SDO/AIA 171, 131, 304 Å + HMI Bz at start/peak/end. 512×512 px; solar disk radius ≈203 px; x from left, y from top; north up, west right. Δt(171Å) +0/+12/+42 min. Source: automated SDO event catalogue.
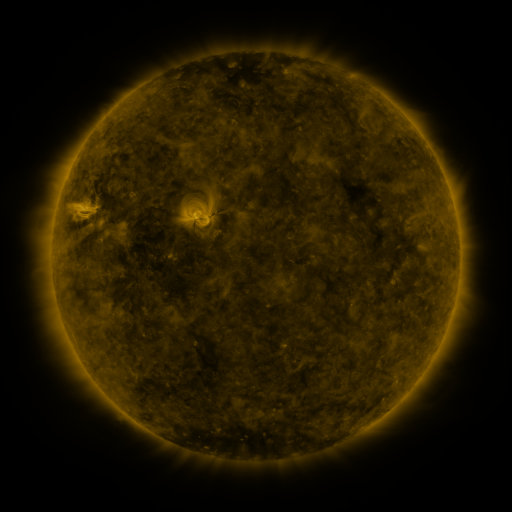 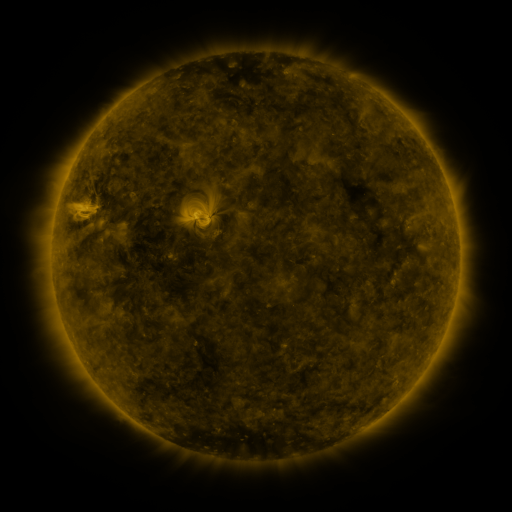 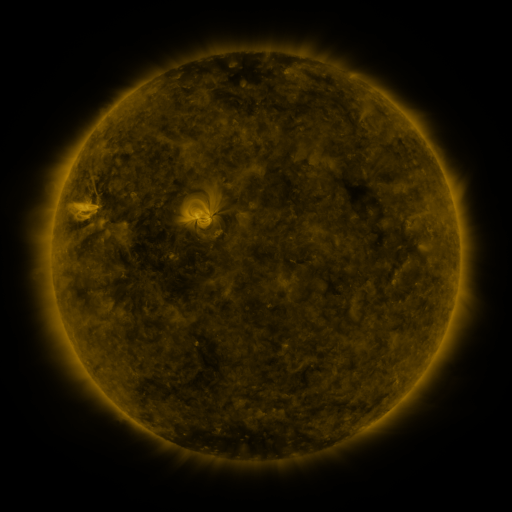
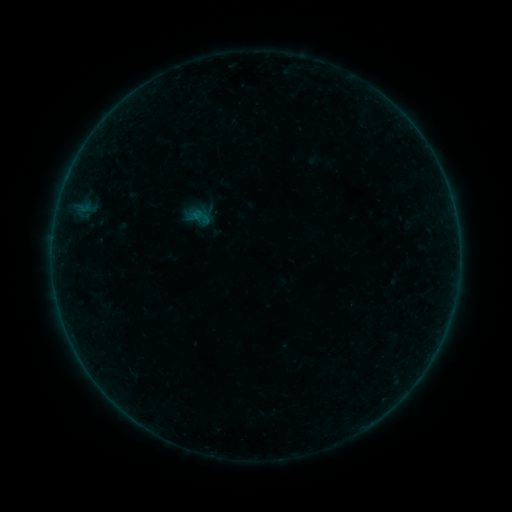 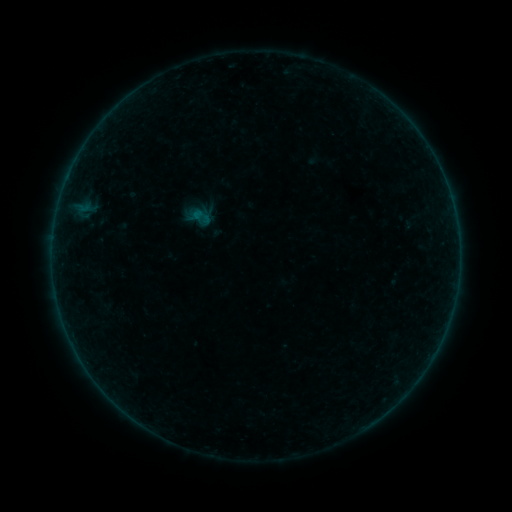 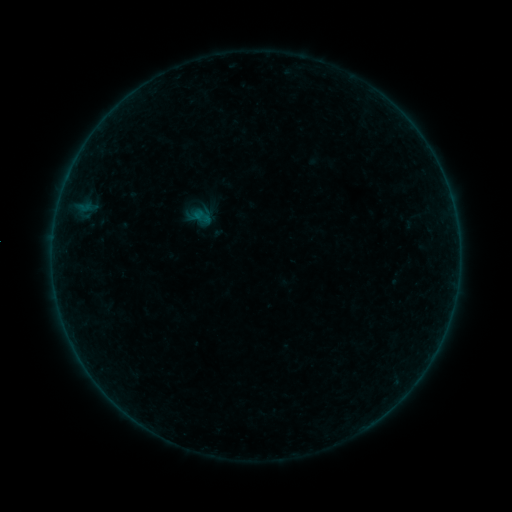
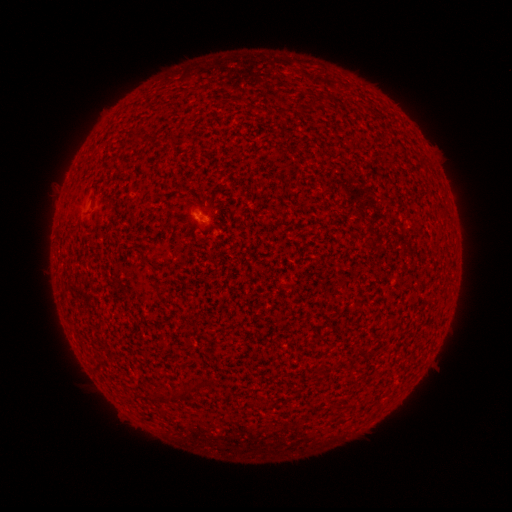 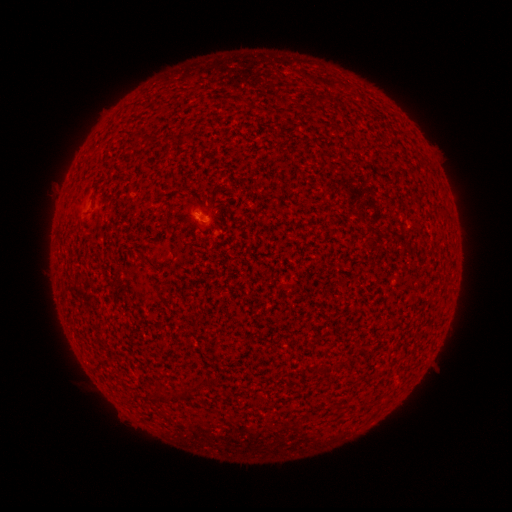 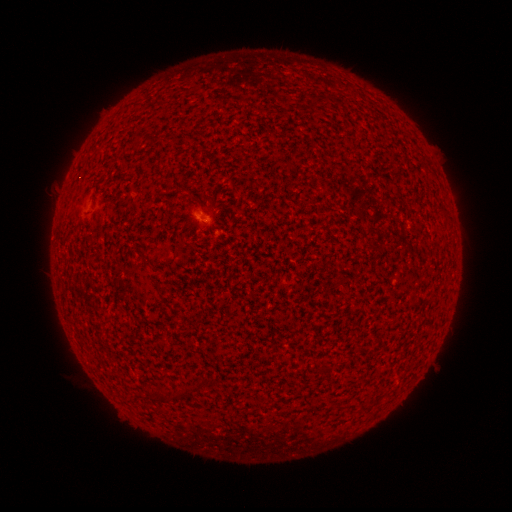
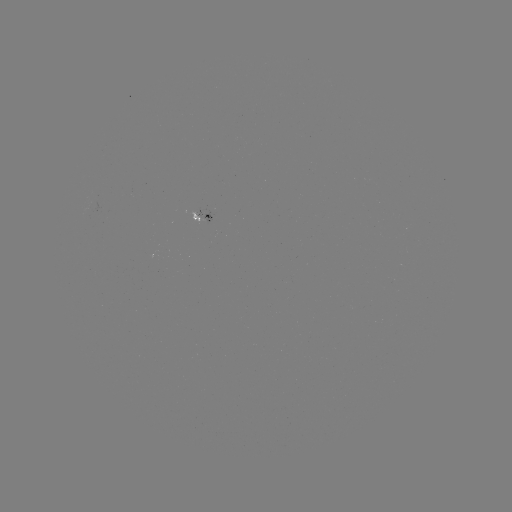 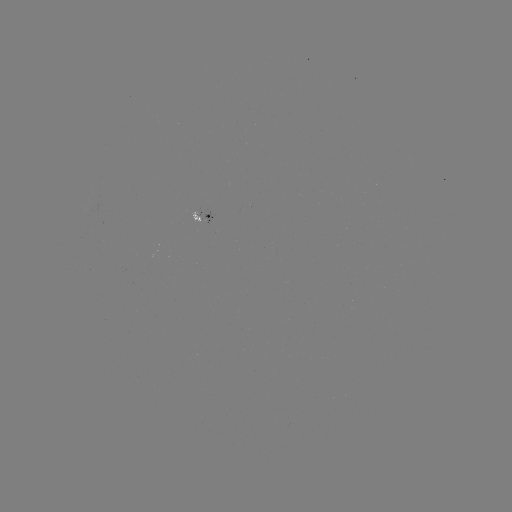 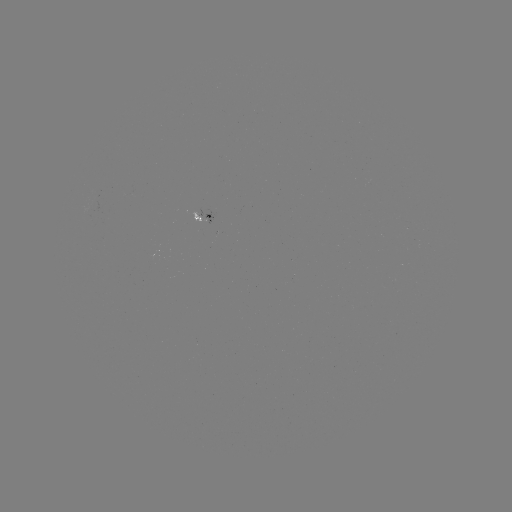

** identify A3.7 flare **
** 200,216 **